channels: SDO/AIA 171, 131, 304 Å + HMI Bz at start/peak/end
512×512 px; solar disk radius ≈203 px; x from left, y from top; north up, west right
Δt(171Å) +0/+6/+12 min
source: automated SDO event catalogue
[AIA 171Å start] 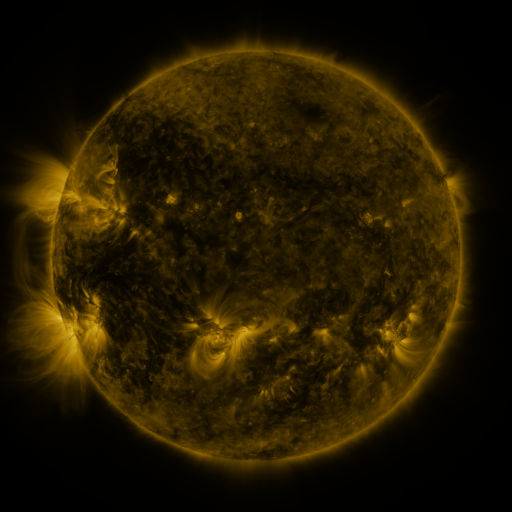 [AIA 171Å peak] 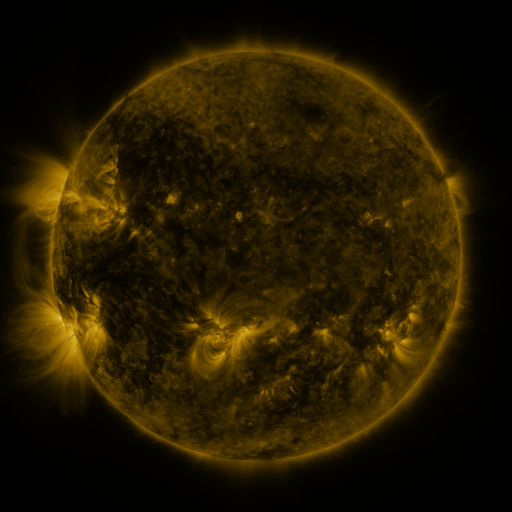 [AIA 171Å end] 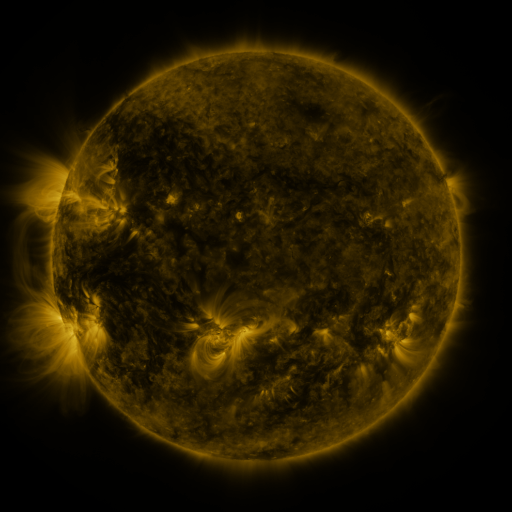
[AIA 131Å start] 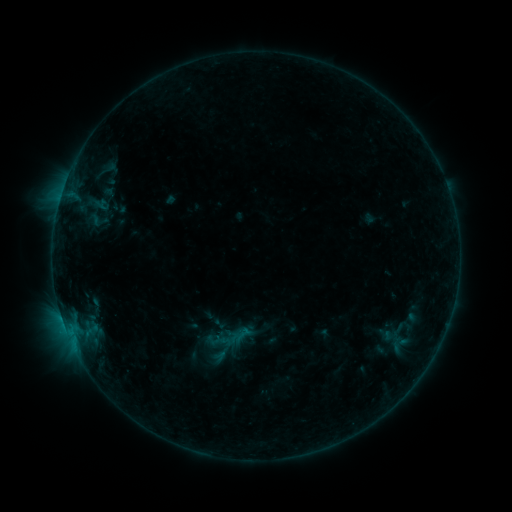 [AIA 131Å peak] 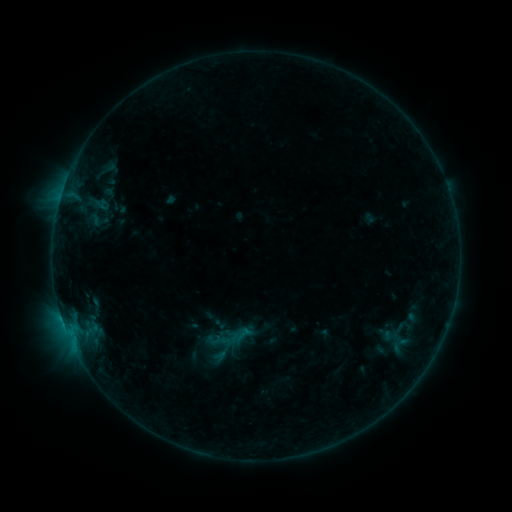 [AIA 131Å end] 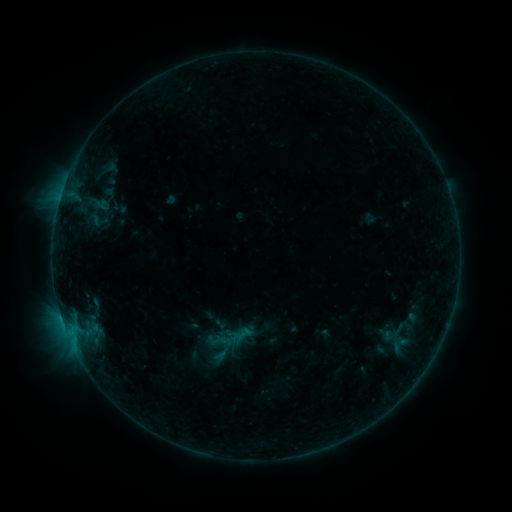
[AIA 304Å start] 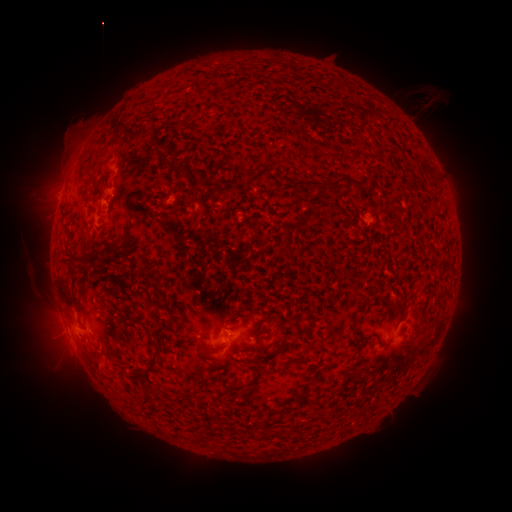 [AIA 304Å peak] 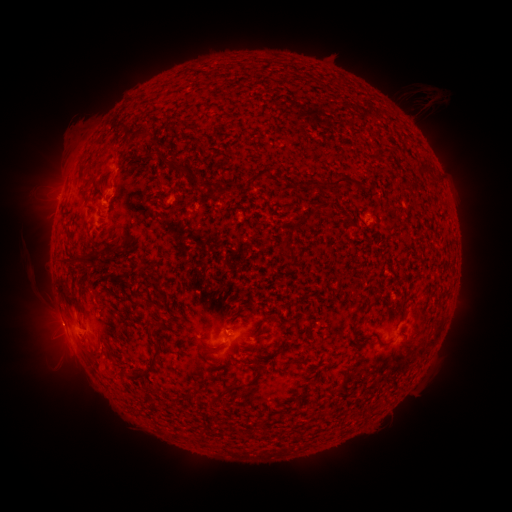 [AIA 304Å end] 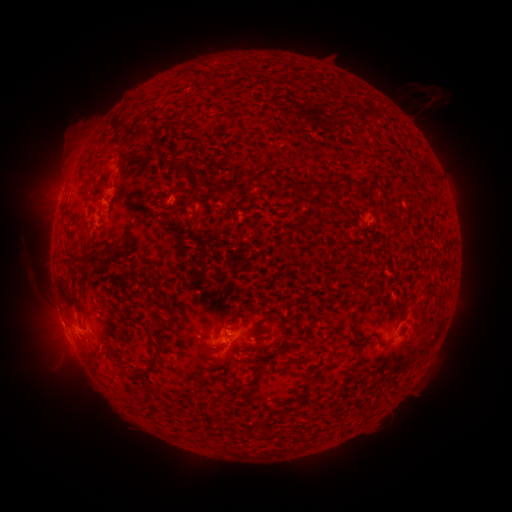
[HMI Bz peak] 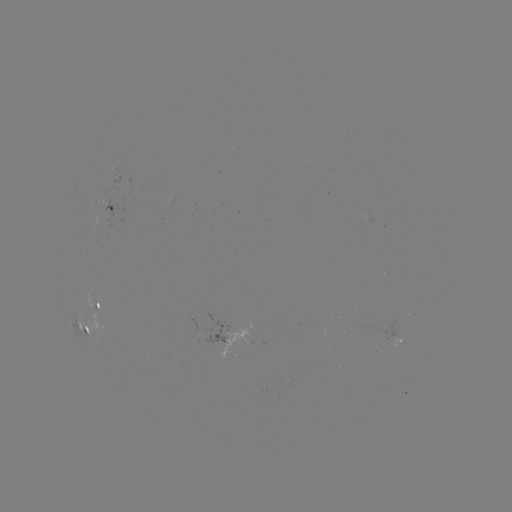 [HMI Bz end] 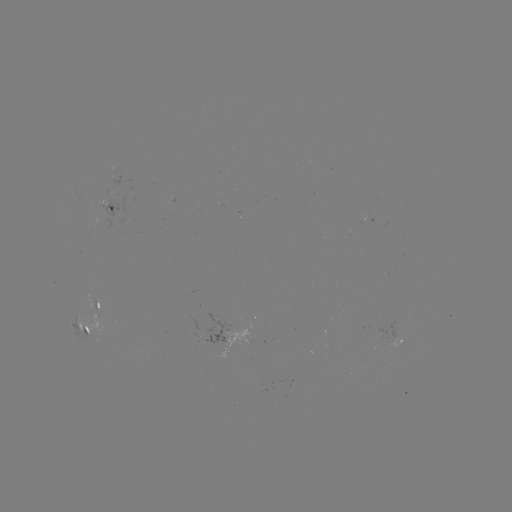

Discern eruption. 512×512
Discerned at [55, 327].